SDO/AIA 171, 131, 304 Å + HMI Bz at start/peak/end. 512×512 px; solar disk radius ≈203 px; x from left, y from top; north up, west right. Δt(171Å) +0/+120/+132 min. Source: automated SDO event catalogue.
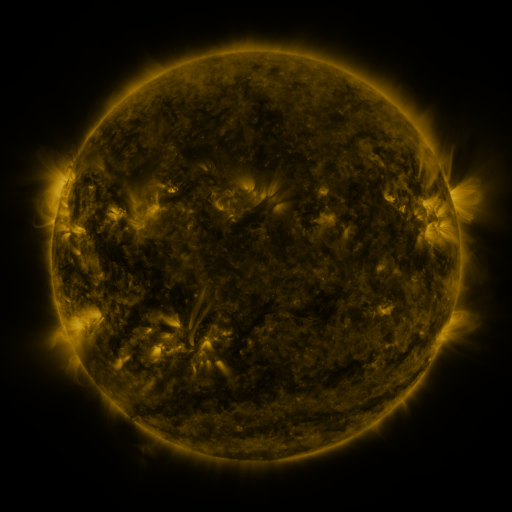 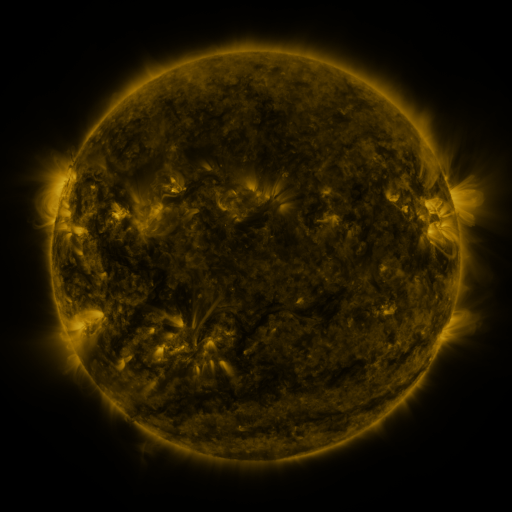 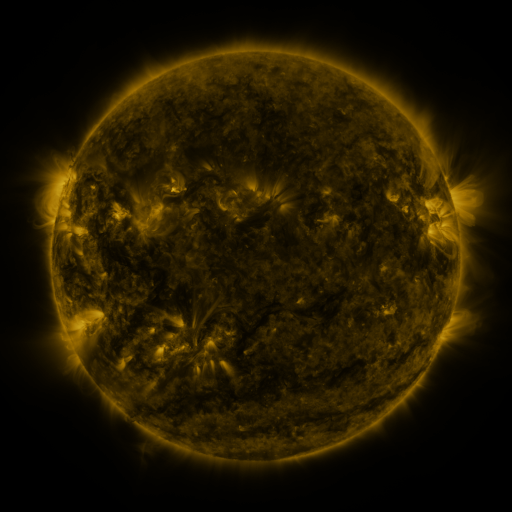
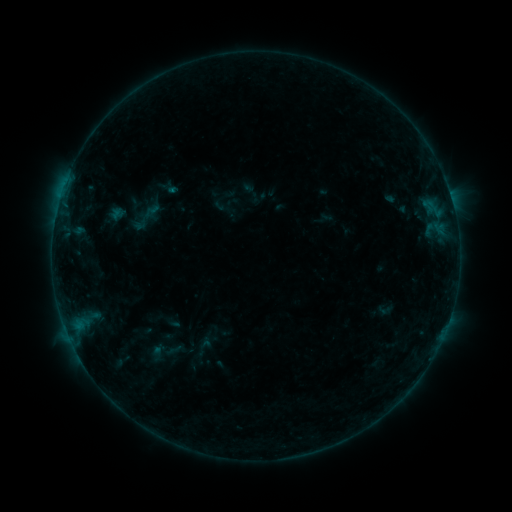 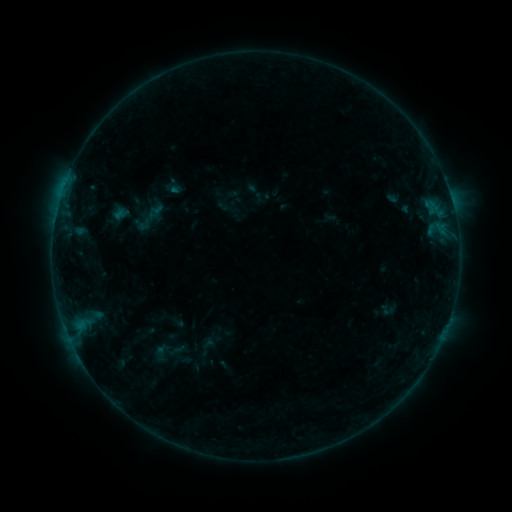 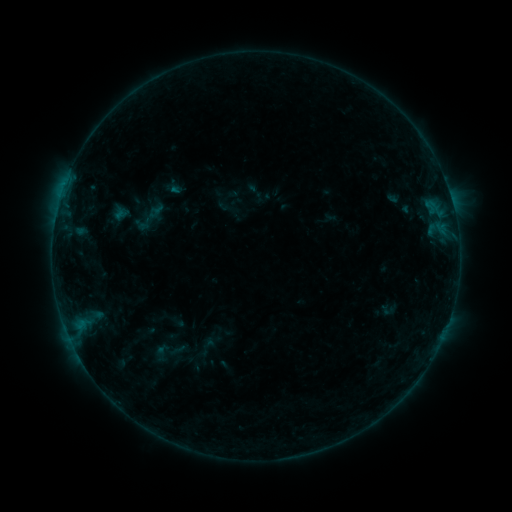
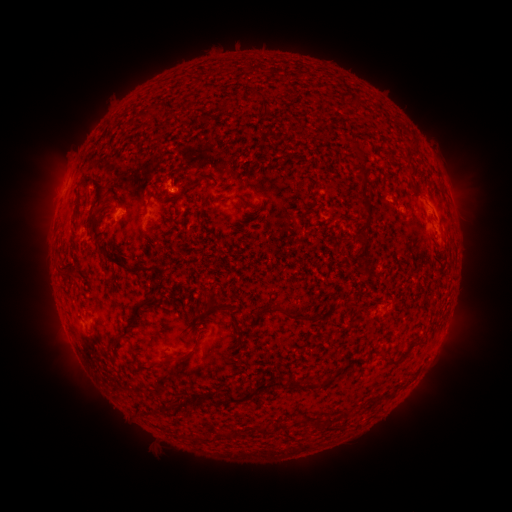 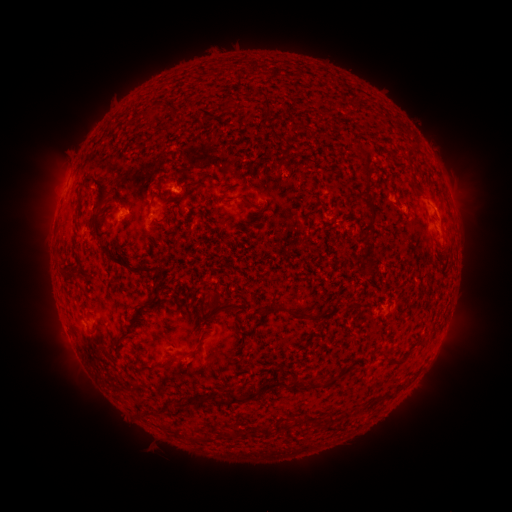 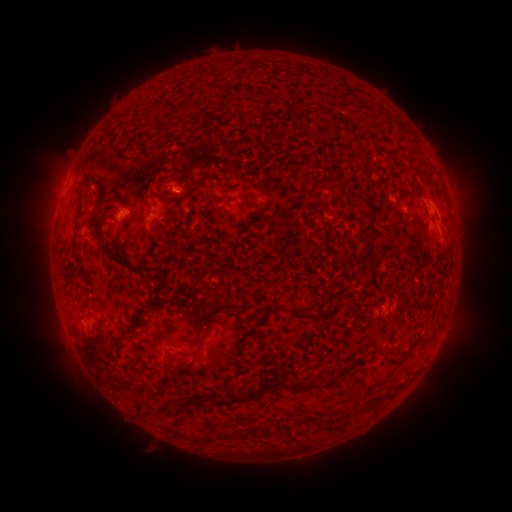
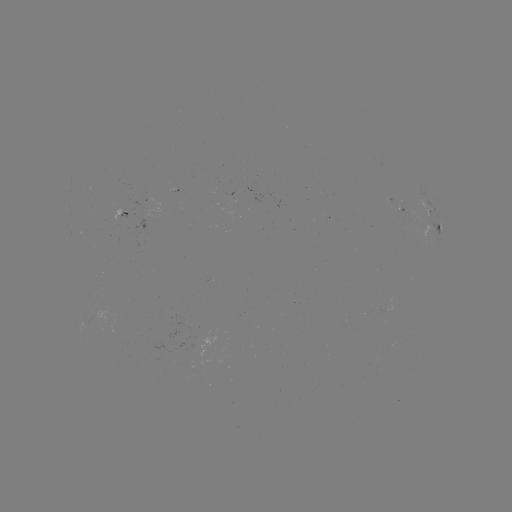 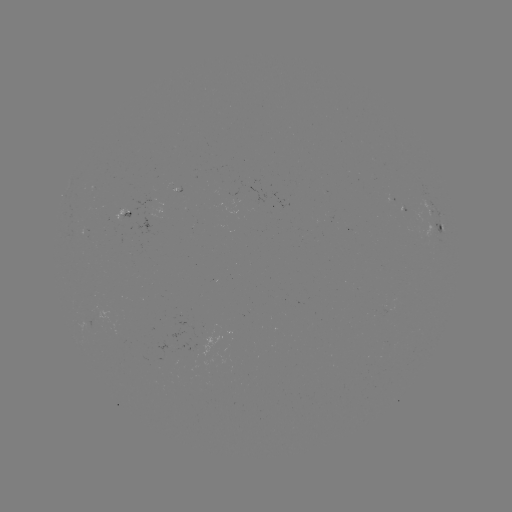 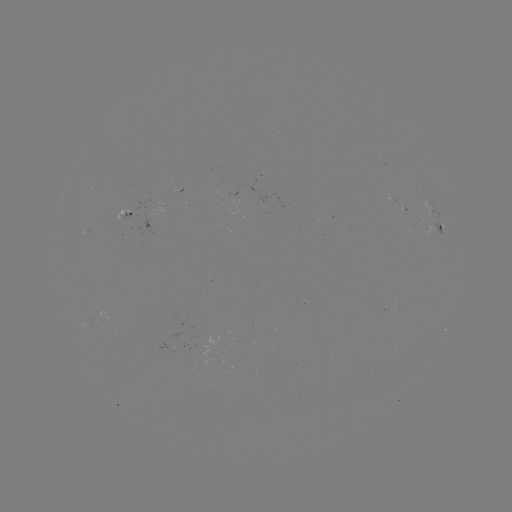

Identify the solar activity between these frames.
emerging-flux region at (150, 214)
